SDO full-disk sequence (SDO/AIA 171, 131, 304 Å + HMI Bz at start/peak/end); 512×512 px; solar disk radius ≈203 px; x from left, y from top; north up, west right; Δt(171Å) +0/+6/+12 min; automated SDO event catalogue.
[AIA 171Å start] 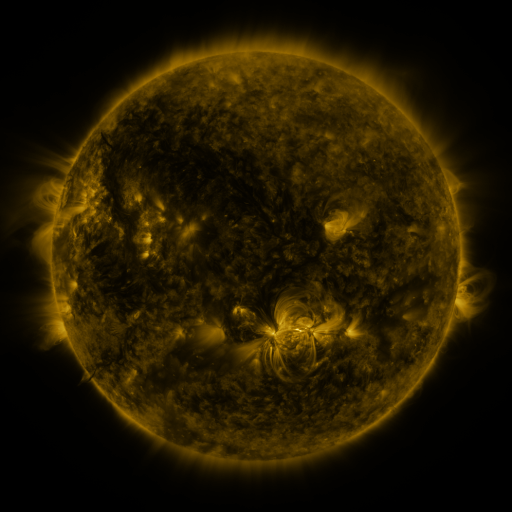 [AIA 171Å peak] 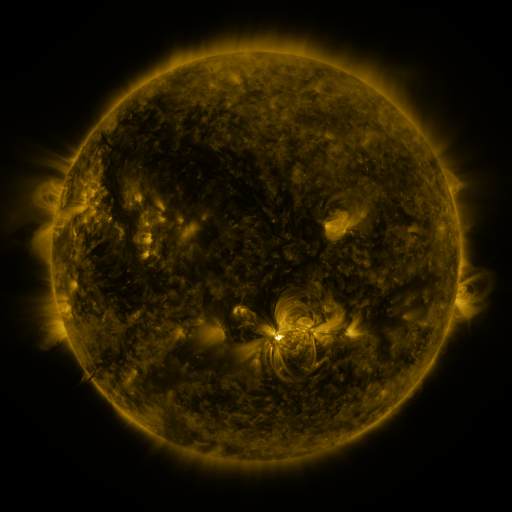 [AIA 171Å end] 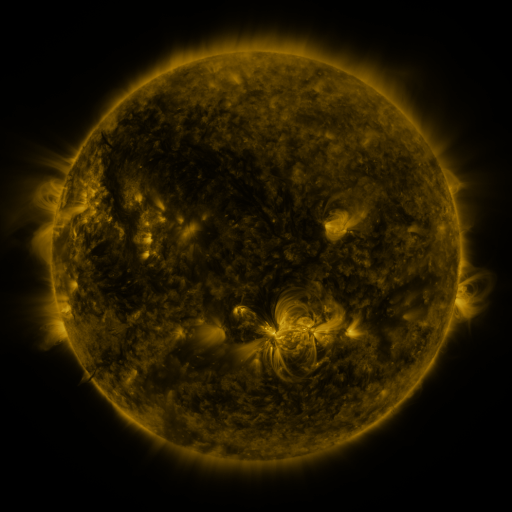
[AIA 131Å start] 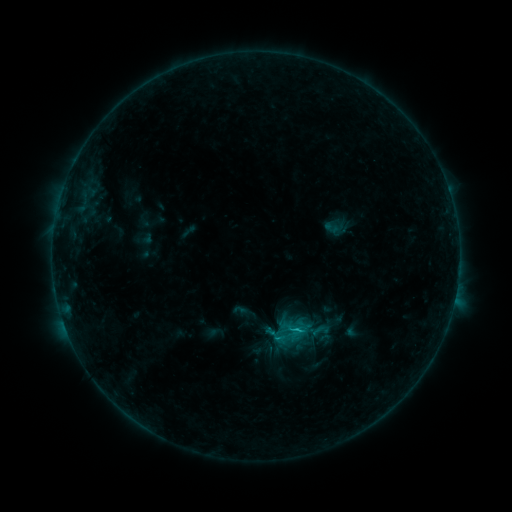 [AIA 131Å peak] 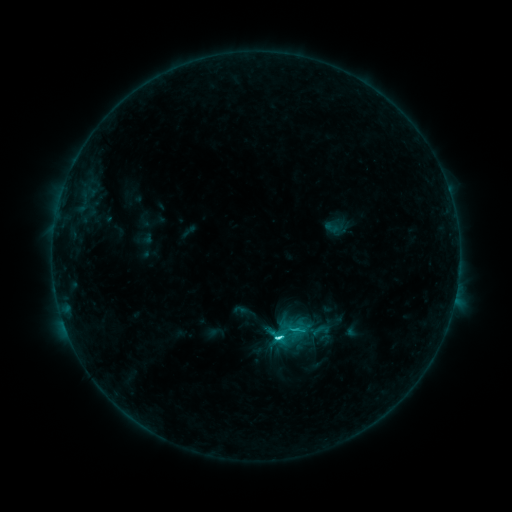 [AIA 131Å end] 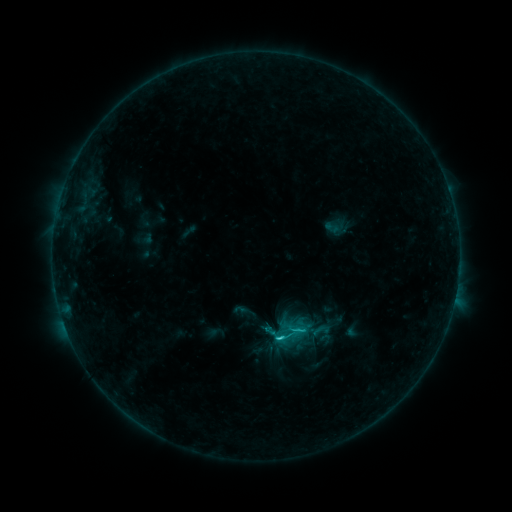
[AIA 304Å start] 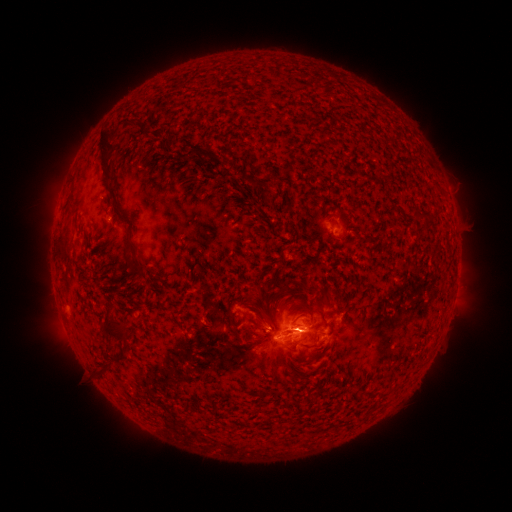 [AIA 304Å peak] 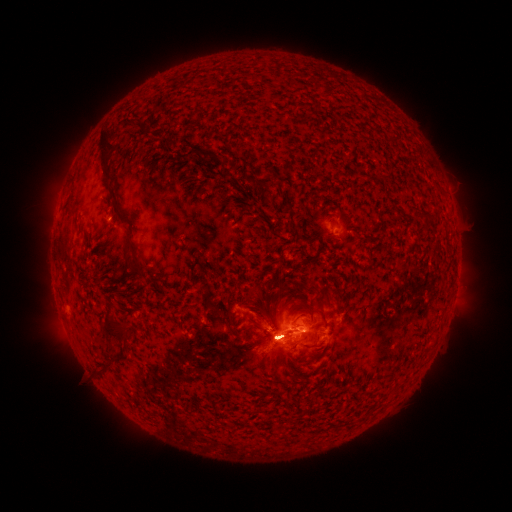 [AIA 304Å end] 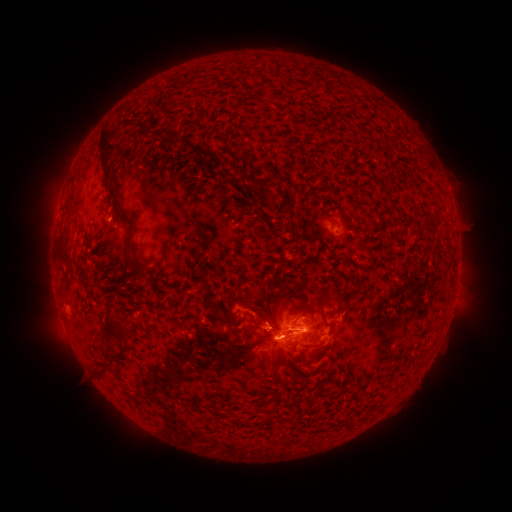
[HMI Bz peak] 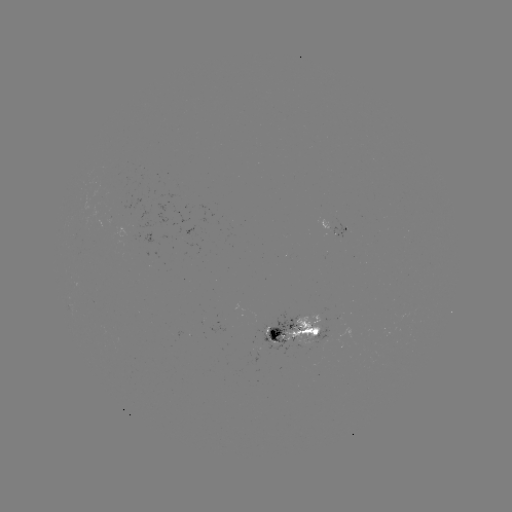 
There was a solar flare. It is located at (276, 338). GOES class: C5.8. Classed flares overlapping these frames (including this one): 1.